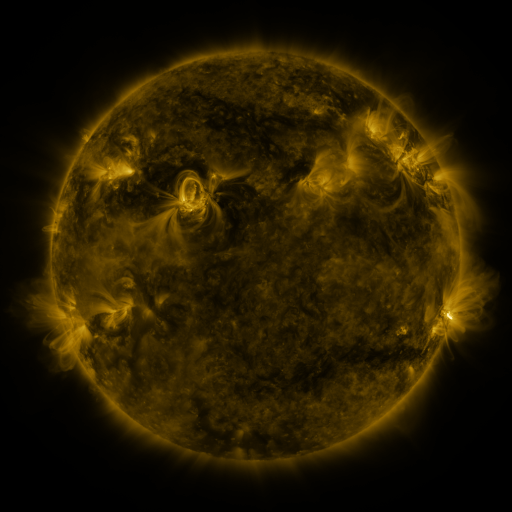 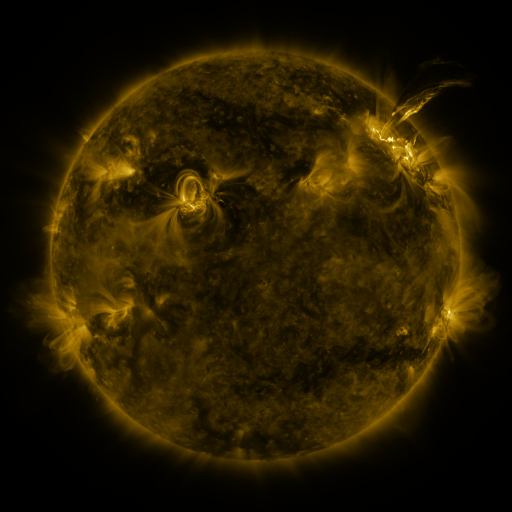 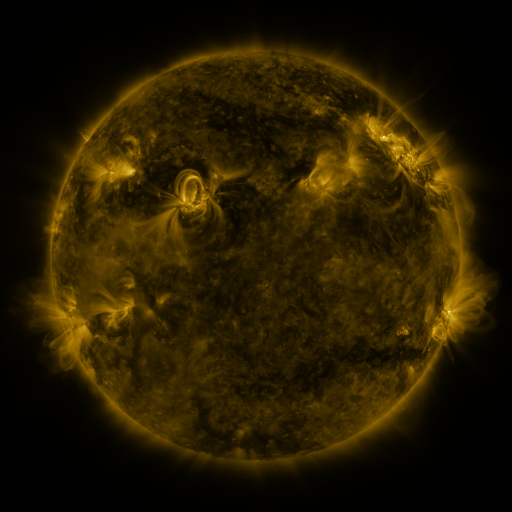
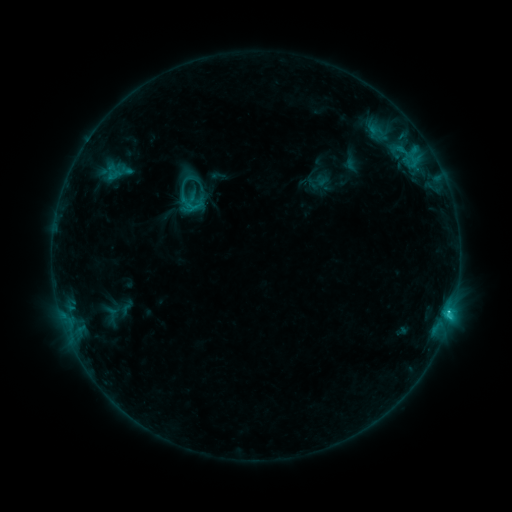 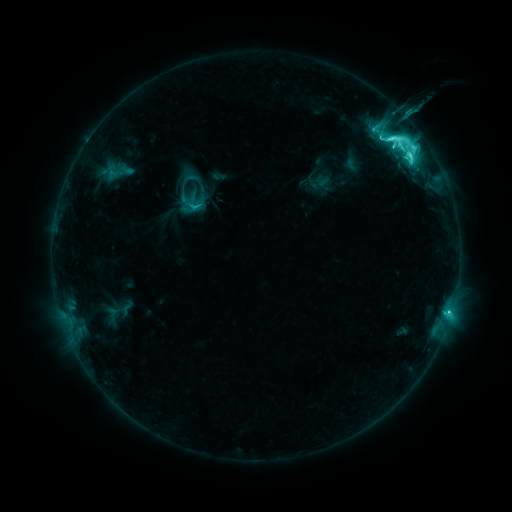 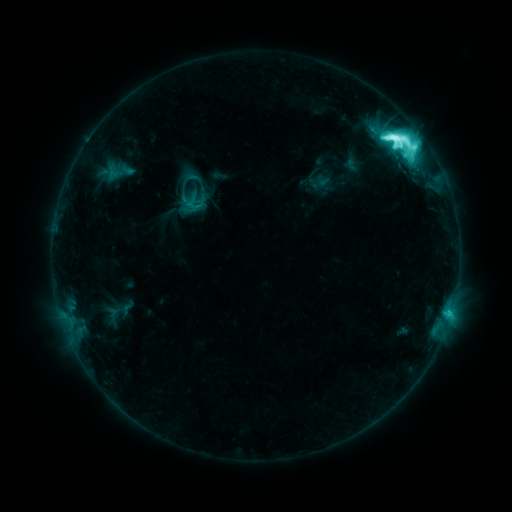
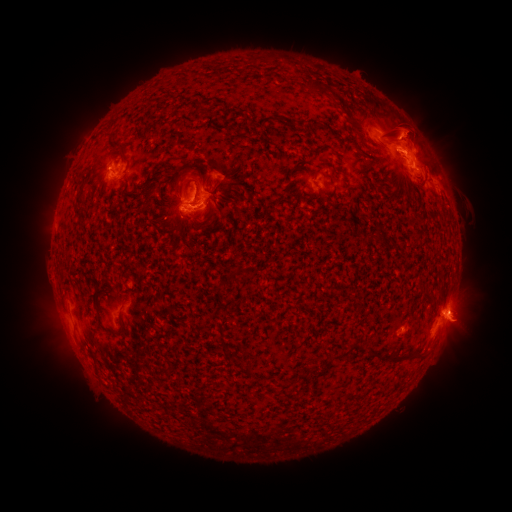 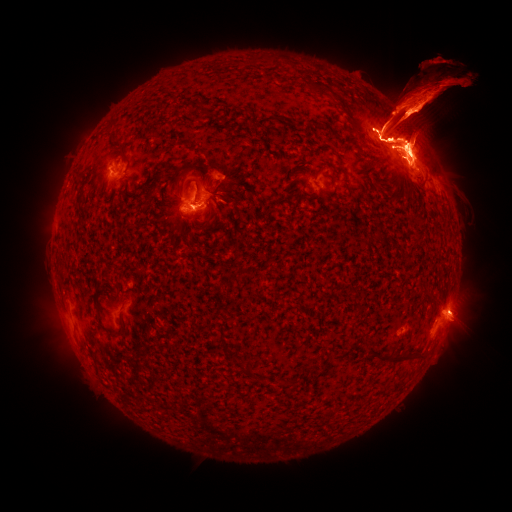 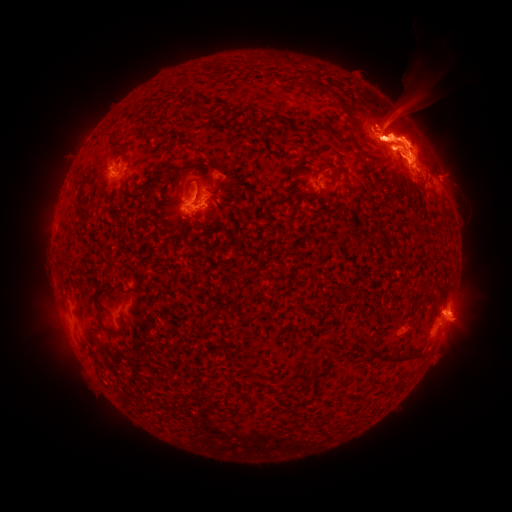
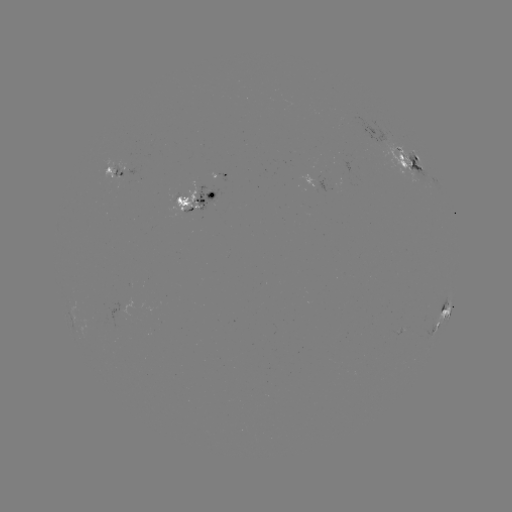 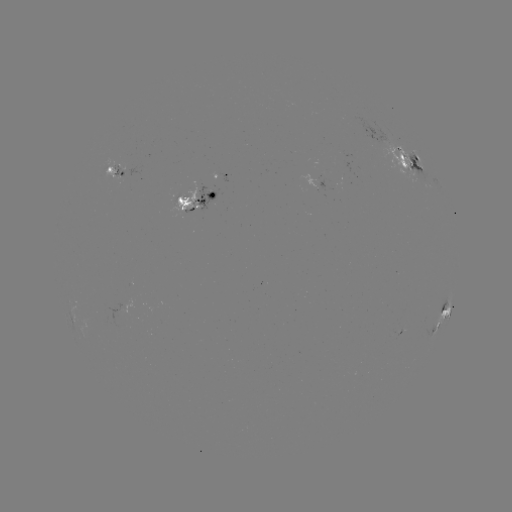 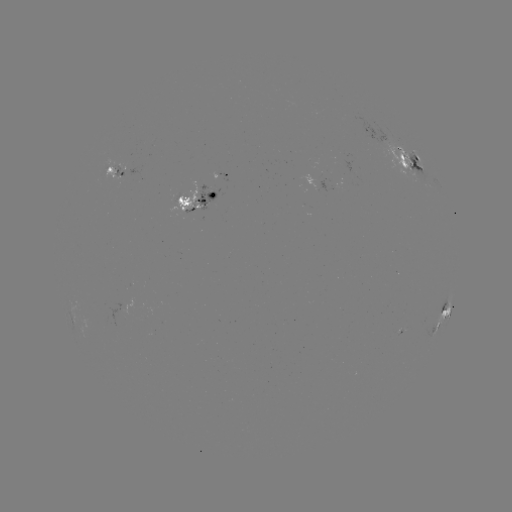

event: emerging-flux region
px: (187, 195)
